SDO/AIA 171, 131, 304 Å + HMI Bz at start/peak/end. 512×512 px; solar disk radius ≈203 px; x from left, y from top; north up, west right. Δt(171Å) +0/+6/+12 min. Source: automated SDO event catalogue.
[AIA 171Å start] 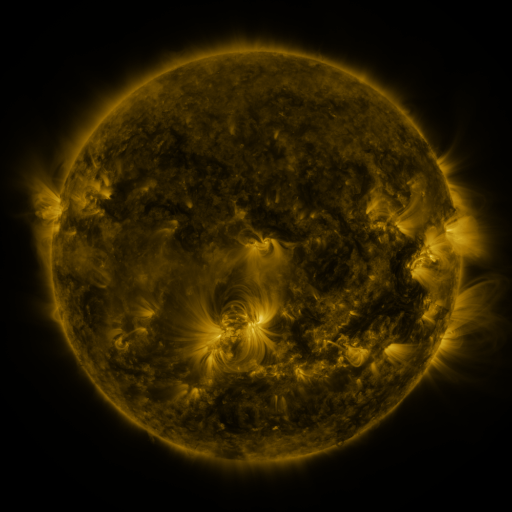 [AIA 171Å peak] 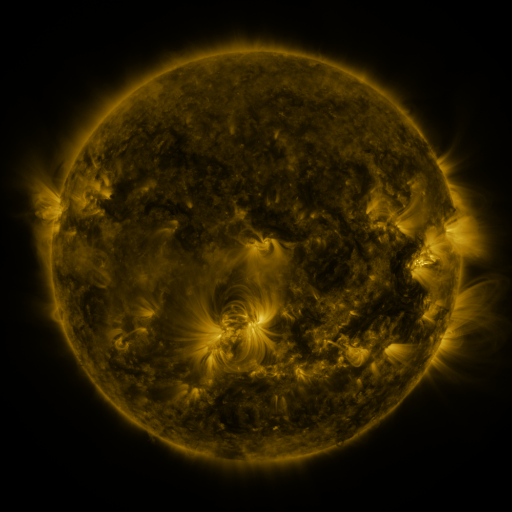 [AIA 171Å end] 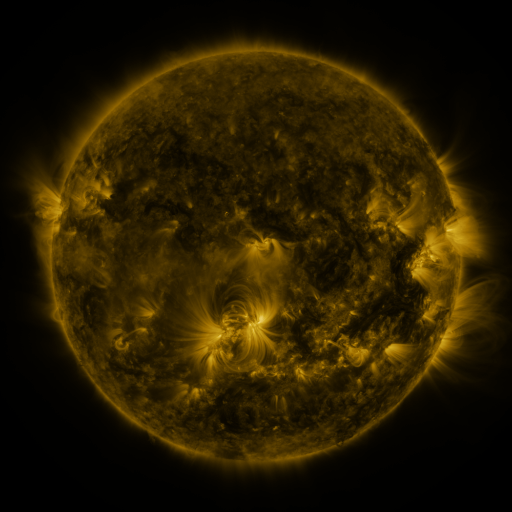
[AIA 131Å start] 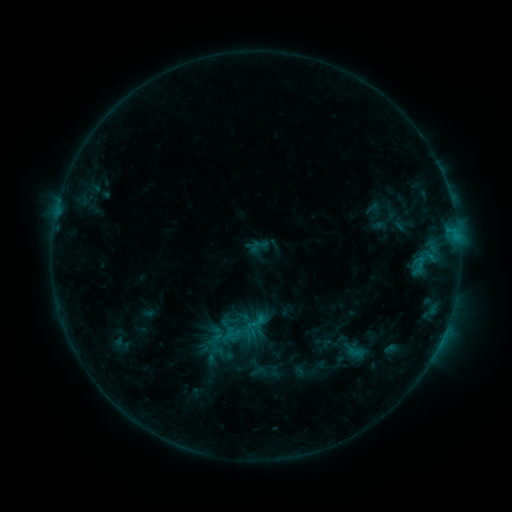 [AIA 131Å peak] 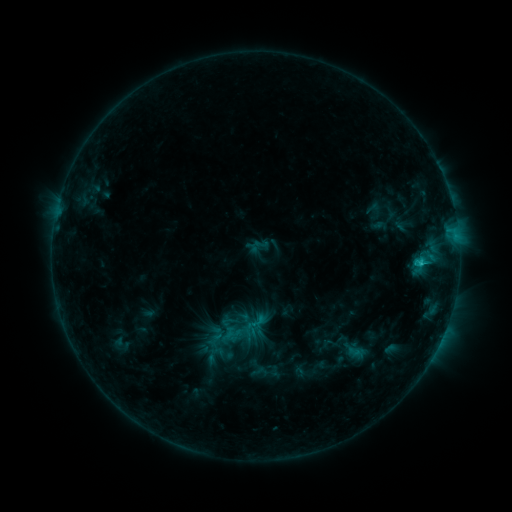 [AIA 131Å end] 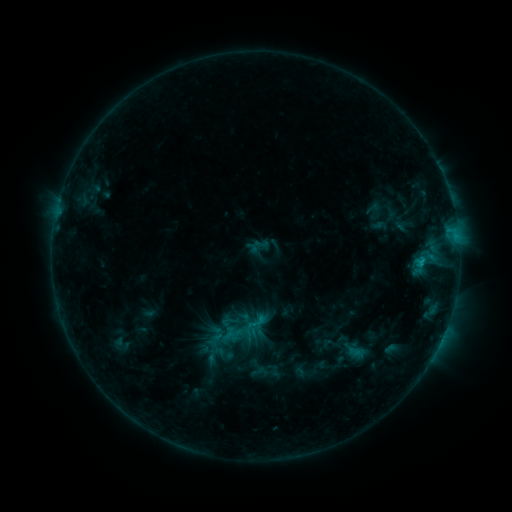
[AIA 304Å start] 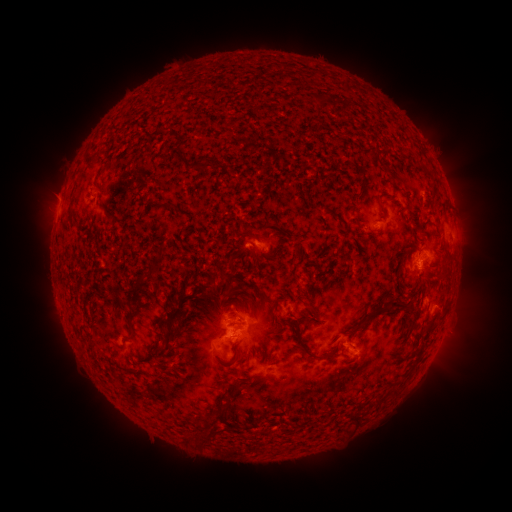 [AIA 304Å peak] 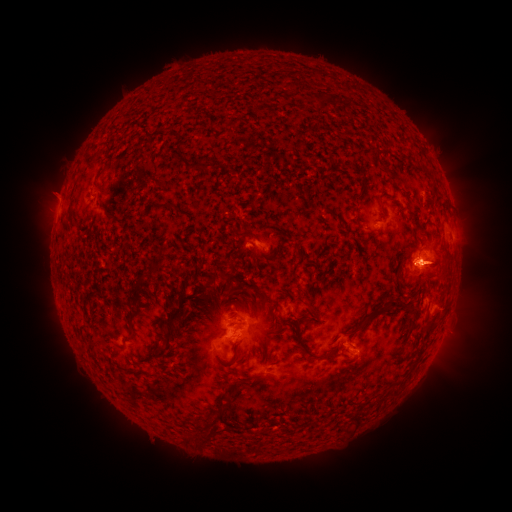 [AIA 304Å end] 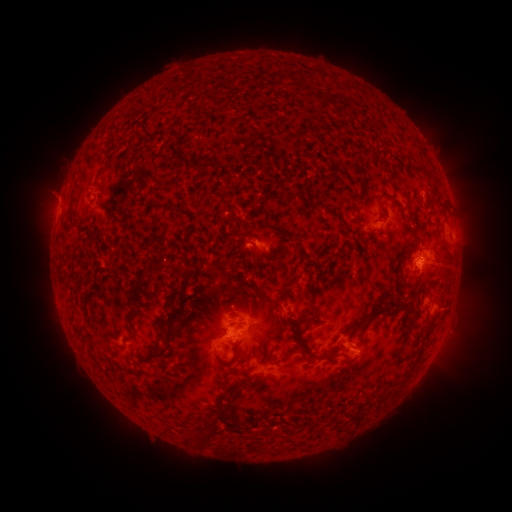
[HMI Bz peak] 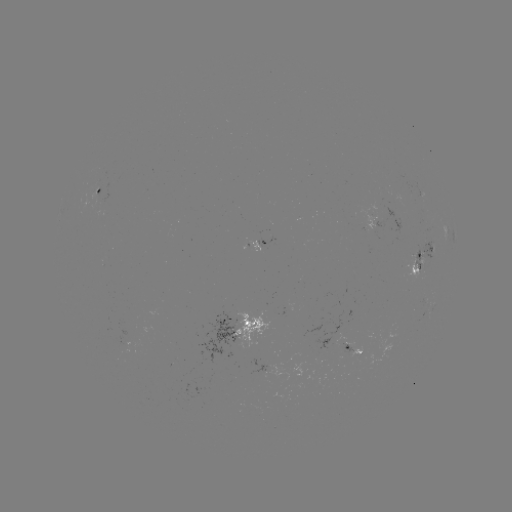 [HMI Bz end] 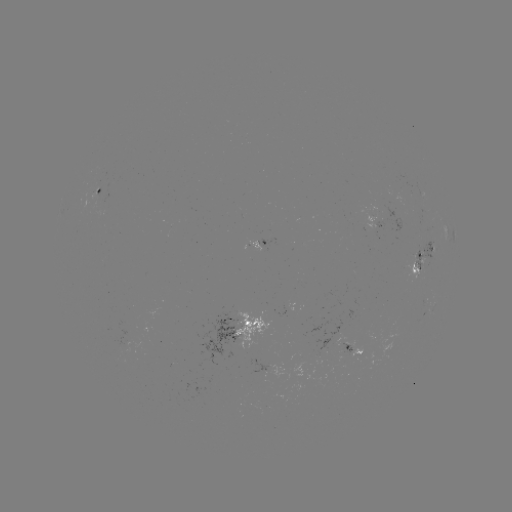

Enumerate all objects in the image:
C1.1 flare: (418, 264)
